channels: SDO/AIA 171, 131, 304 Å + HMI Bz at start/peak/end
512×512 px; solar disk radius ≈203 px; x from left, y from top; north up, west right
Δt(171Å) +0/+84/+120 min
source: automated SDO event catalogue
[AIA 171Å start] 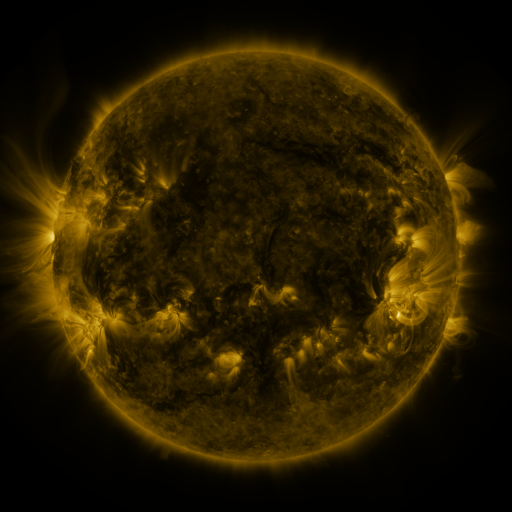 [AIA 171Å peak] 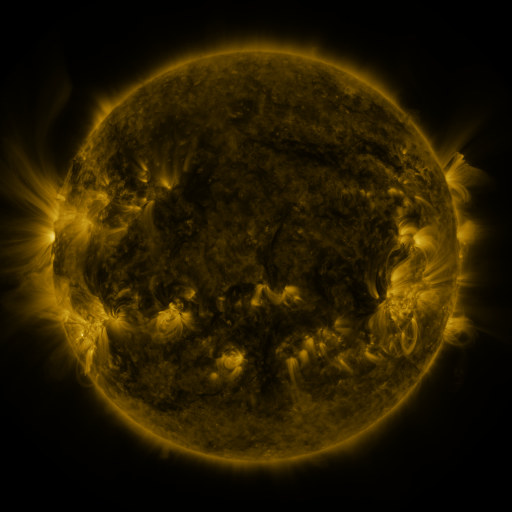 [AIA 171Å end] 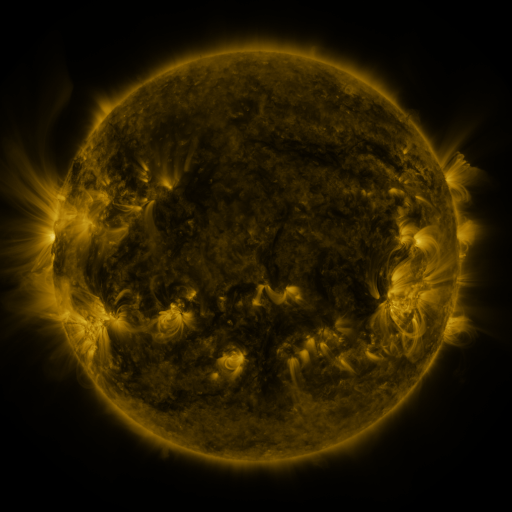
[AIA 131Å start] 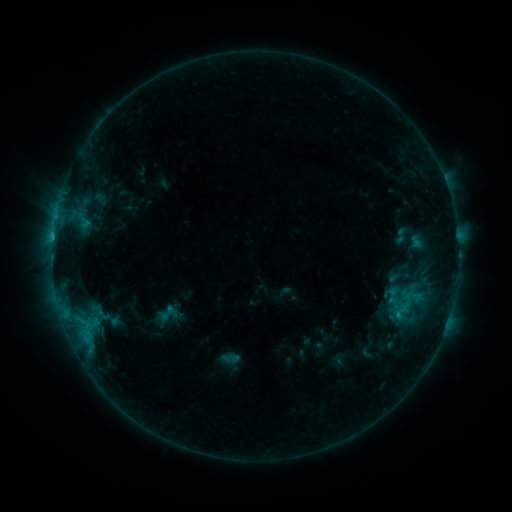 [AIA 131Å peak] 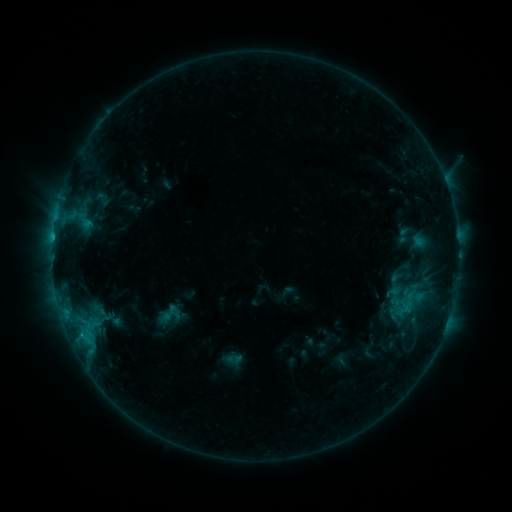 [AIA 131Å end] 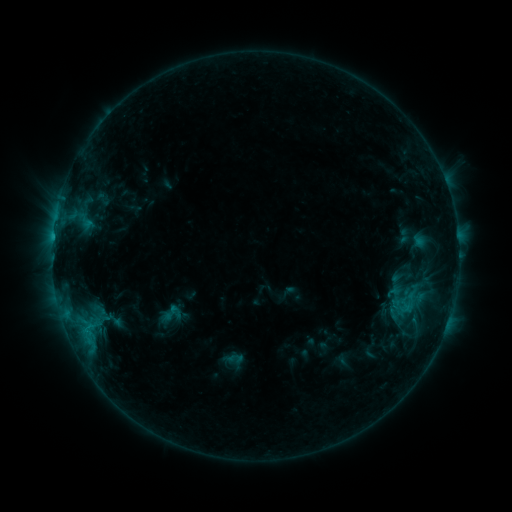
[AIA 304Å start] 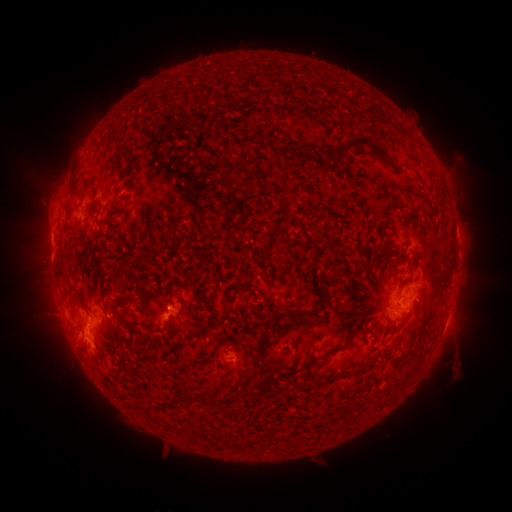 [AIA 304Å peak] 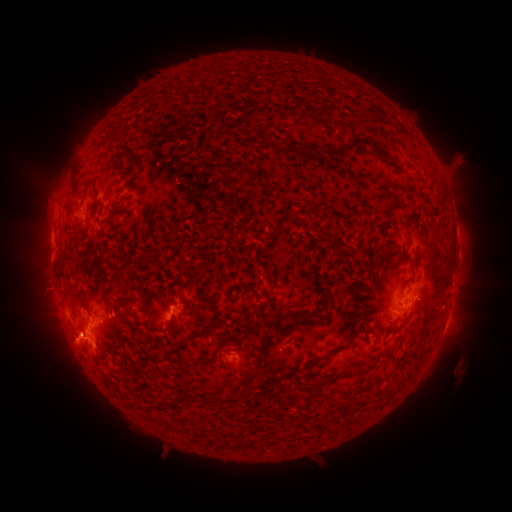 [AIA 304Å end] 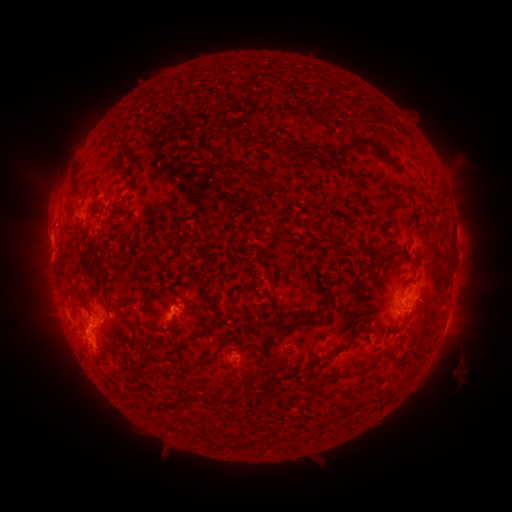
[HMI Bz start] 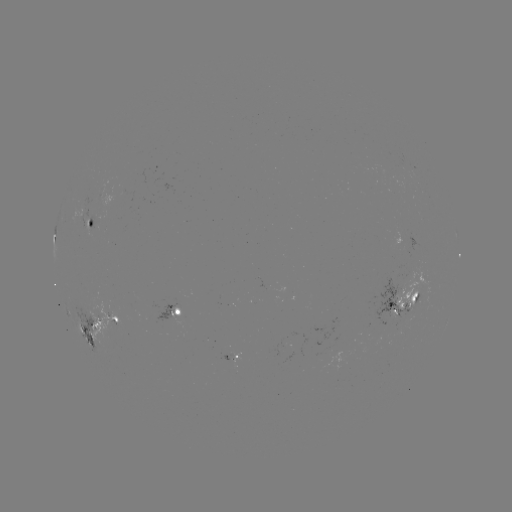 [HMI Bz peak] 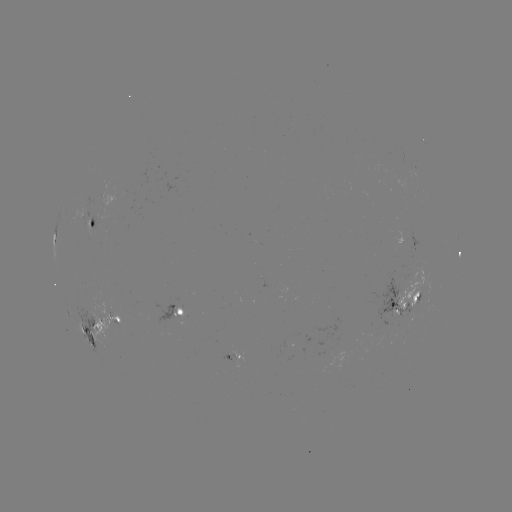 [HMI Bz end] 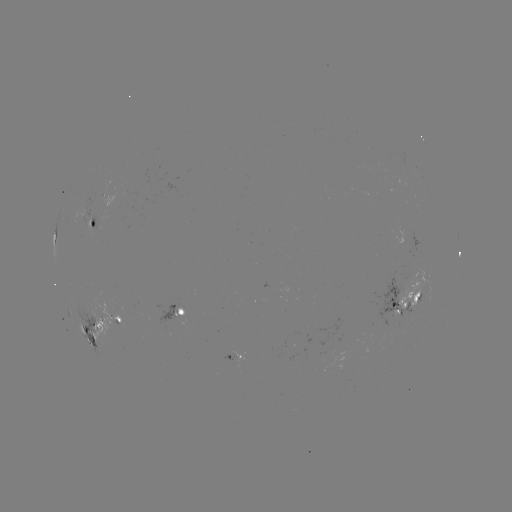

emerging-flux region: [391, 310, 397, 322]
